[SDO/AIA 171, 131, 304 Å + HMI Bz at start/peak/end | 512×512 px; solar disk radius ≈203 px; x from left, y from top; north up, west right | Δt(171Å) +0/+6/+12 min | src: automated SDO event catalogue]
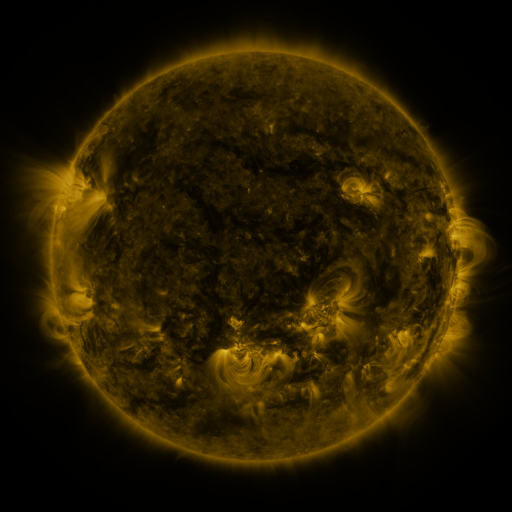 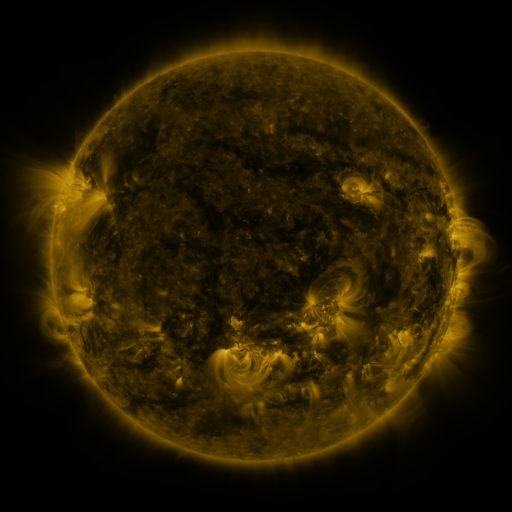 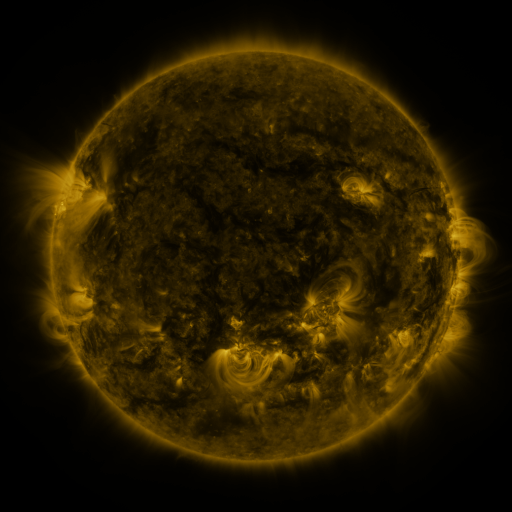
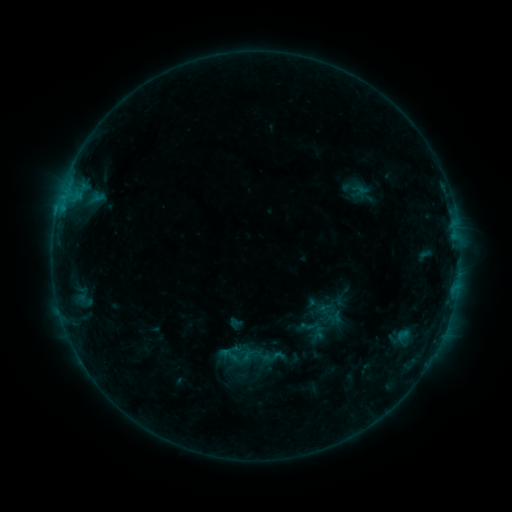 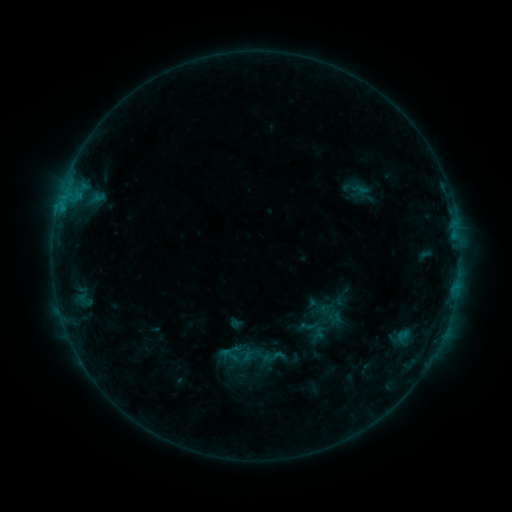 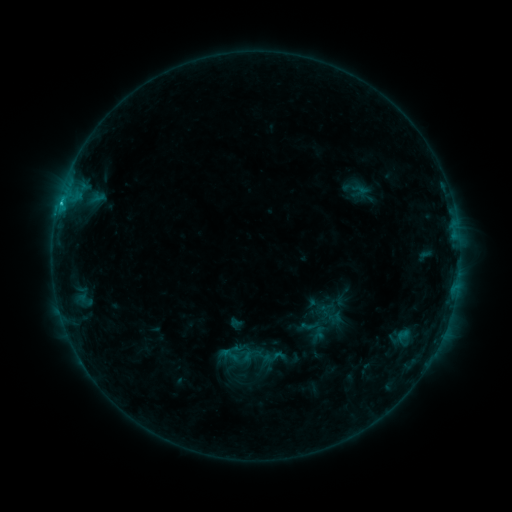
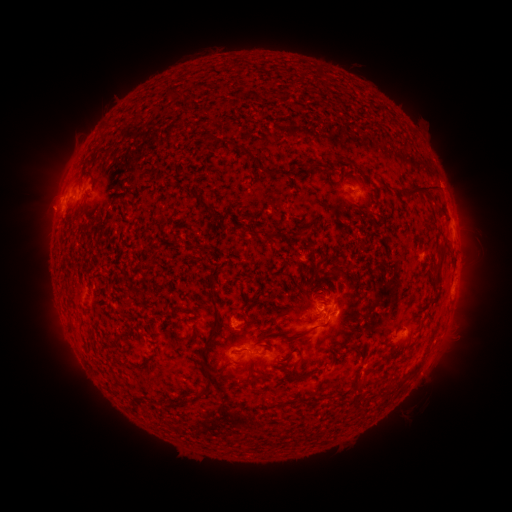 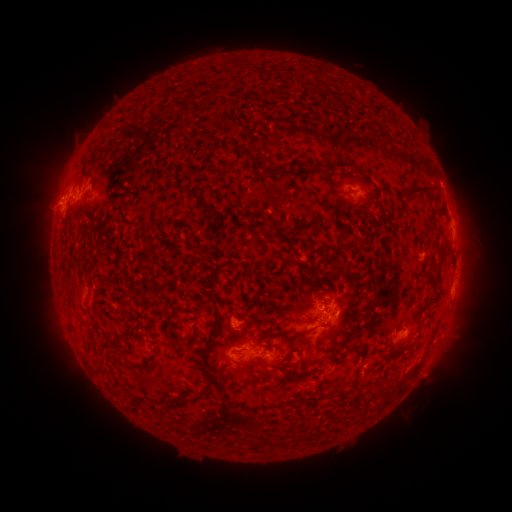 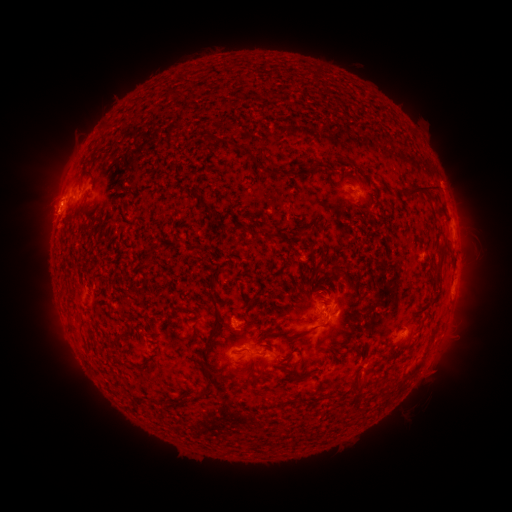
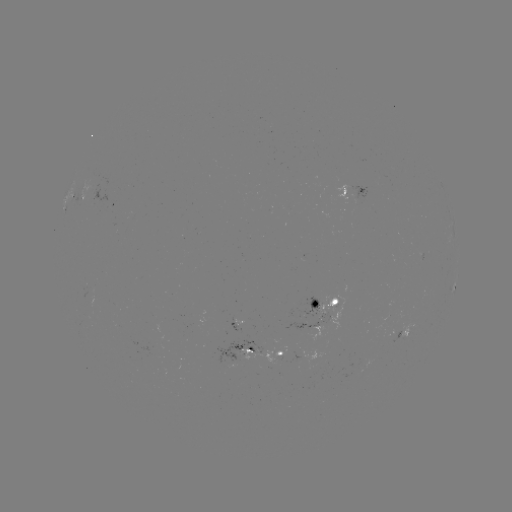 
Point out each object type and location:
eruption: (49, 219)
